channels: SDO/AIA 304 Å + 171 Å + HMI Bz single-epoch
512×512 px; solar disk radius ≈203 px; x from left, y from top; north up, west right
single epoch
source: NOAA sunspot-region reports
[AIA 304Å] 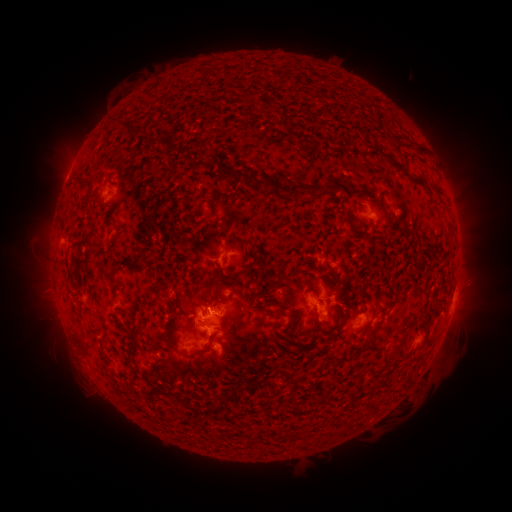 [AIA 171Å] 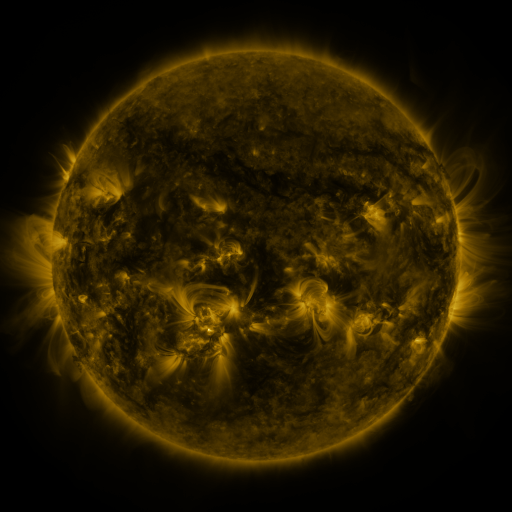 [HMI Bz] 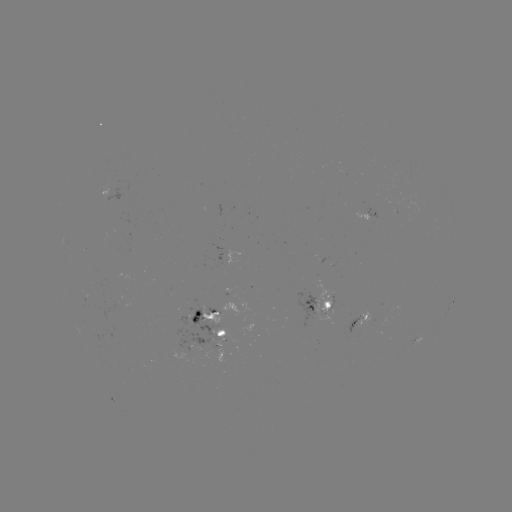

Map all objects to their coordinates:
spotted active region: (114, 192)
spotted active region: (372, 219)
spotted active region: (453, 299)
spotted active region: (321, 305)
spotted active region: (214, 313)
spotted active region: (360, 321)
spotted active region: (215, 333)
